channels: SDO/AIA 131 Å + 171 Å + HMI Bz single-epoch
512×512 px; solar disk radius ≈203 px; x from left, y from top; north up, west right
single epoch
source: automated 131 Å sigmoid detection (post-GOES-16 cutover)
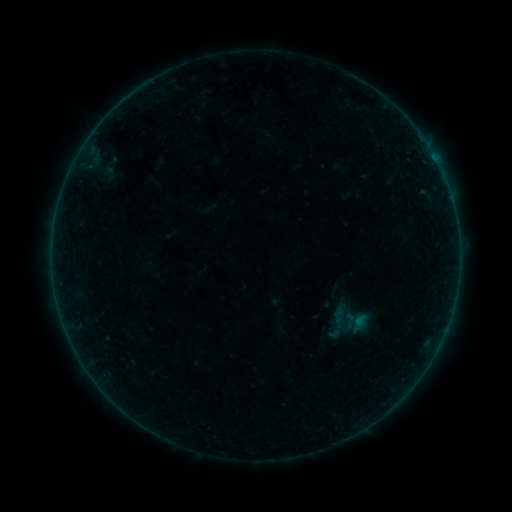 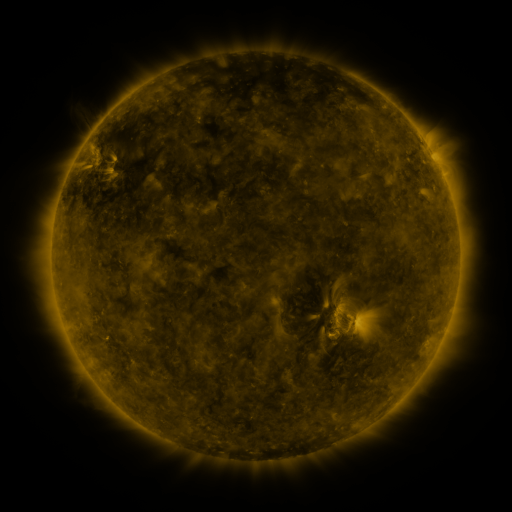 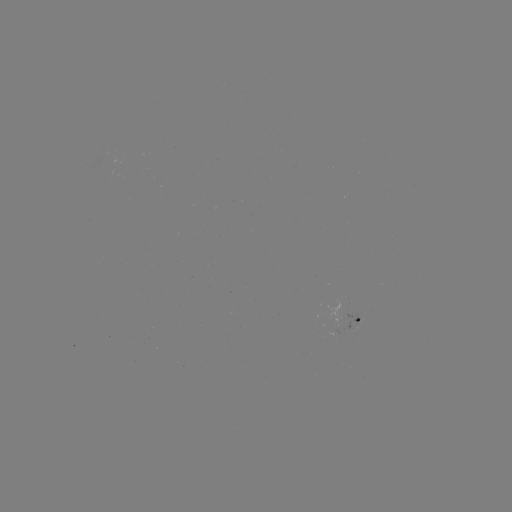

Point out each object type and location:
sigmoid: <bbox>341, 312, 358, 329</bbox>
